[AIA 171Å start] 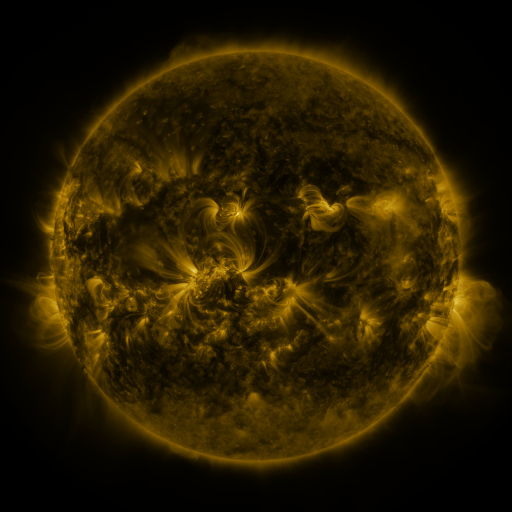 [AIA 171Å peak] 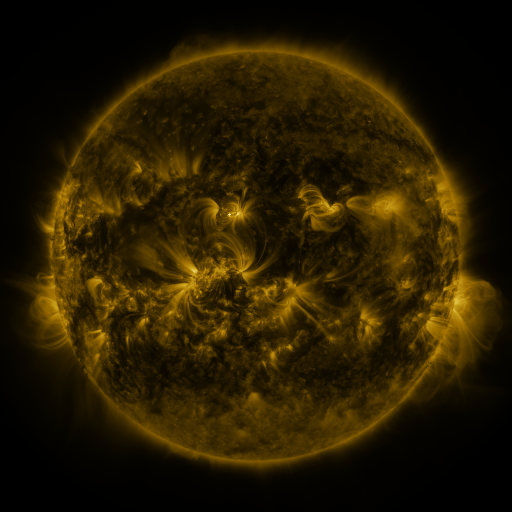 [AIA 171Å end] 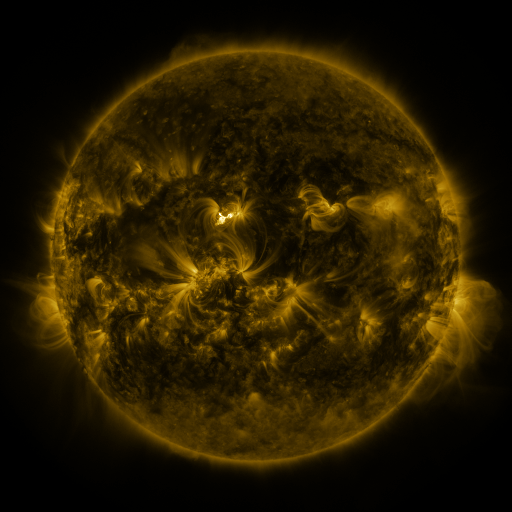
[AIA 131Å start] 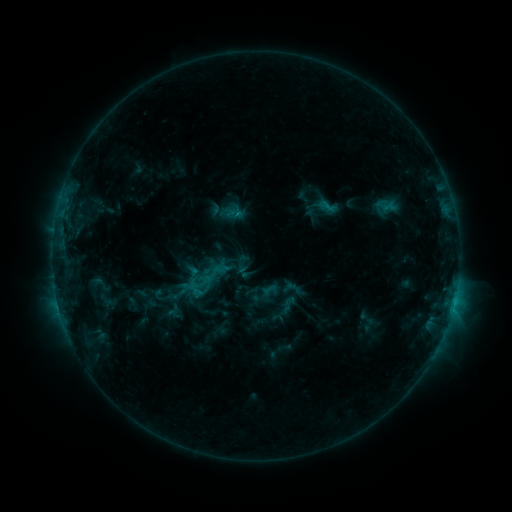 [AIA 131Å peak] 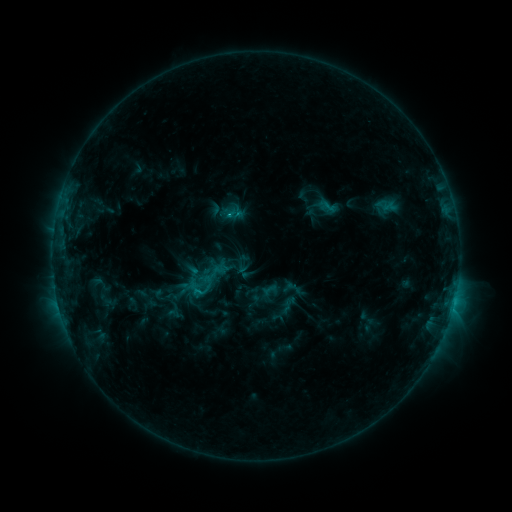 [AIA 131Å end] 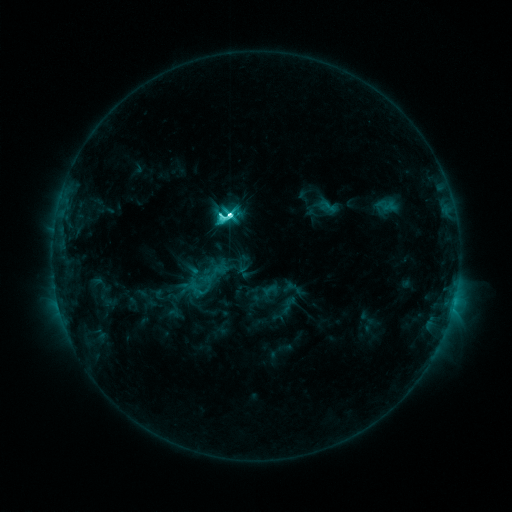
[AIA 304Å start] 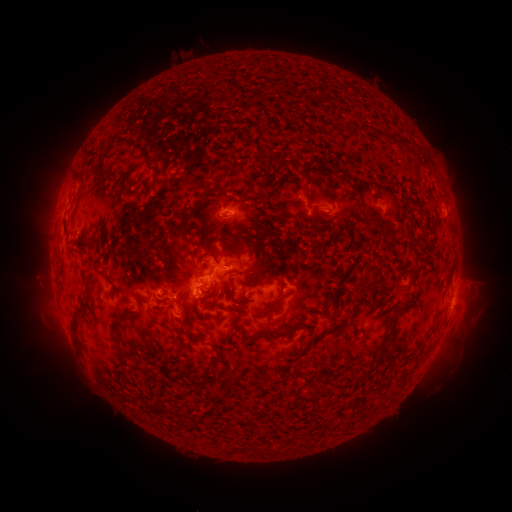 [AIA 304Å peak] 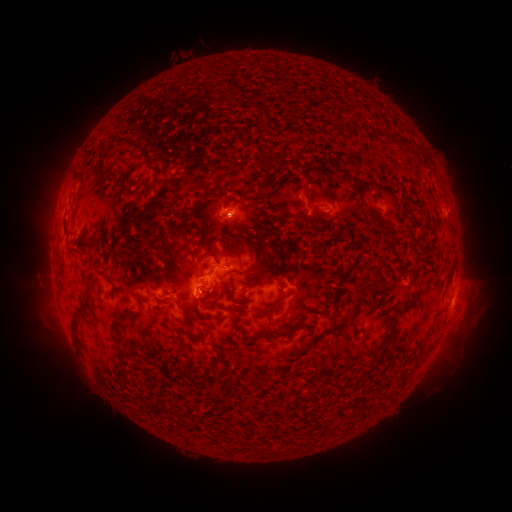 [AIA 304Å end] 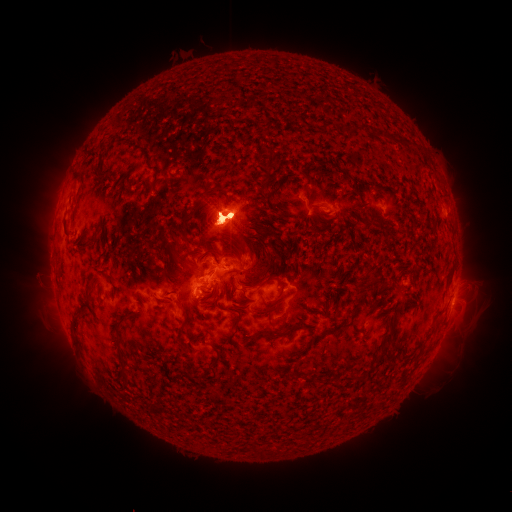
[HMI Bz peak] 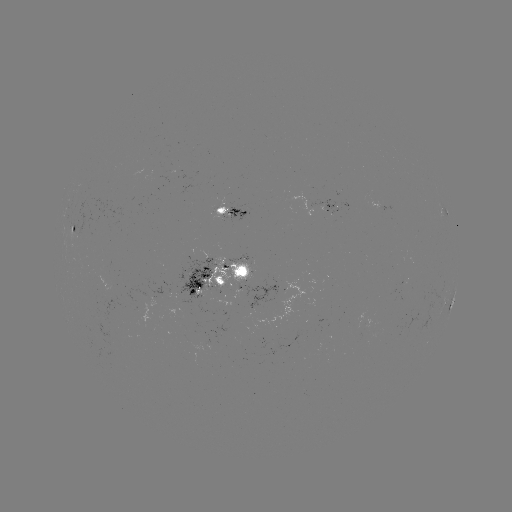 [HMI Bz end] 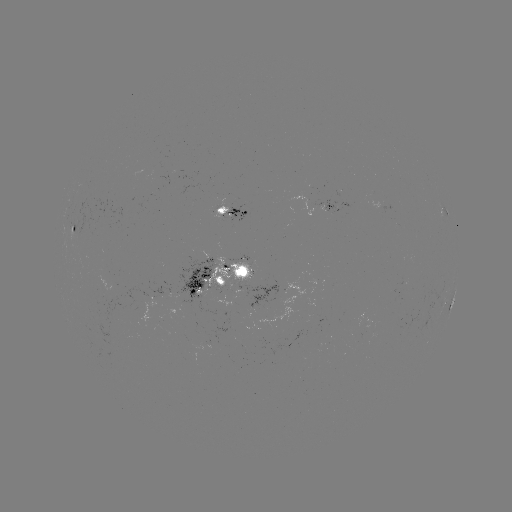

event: eruption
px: (472, 309)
